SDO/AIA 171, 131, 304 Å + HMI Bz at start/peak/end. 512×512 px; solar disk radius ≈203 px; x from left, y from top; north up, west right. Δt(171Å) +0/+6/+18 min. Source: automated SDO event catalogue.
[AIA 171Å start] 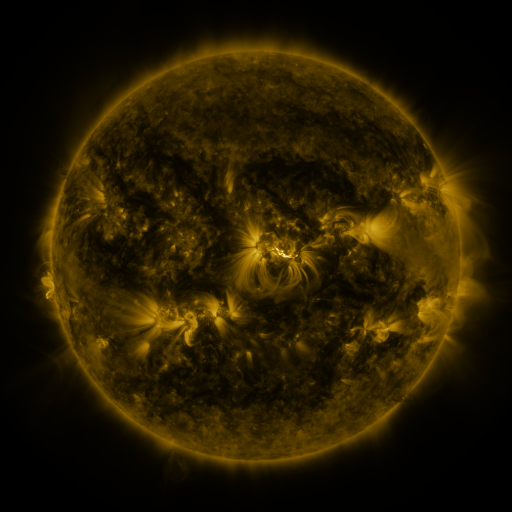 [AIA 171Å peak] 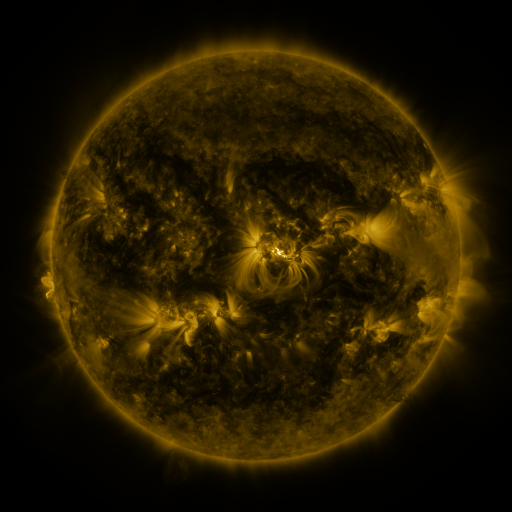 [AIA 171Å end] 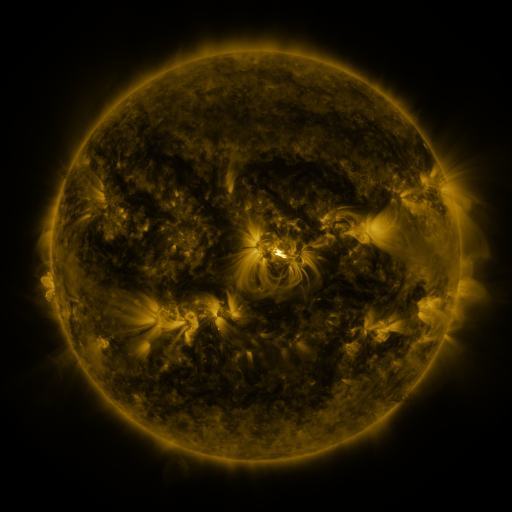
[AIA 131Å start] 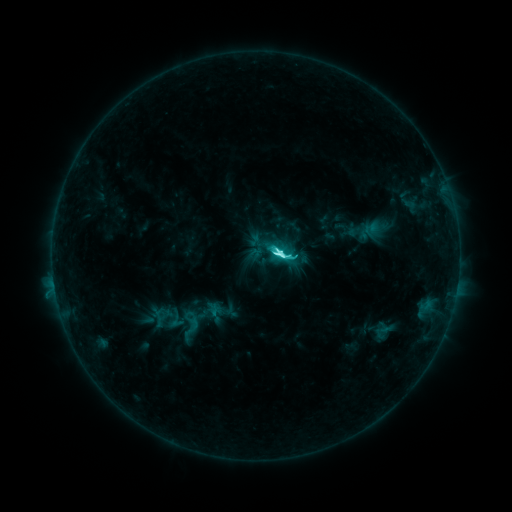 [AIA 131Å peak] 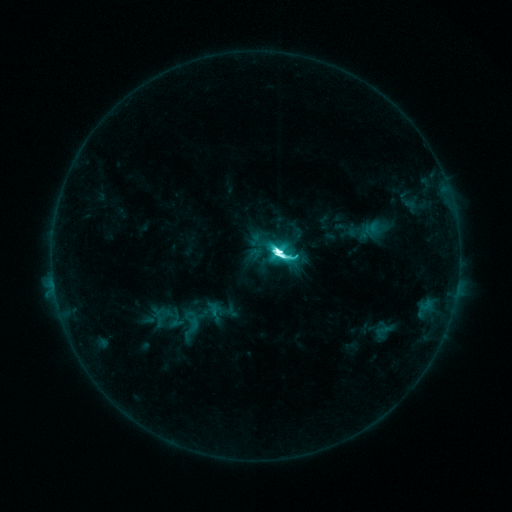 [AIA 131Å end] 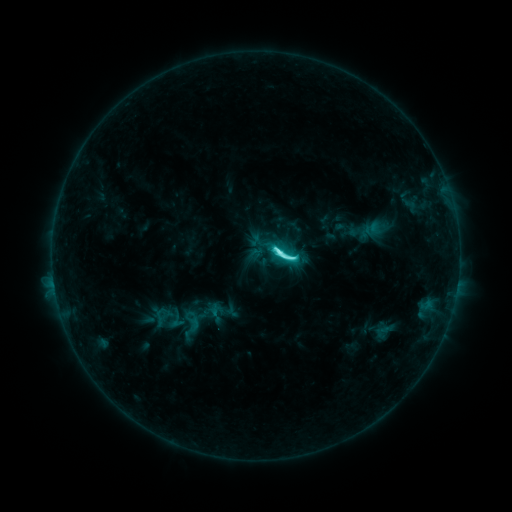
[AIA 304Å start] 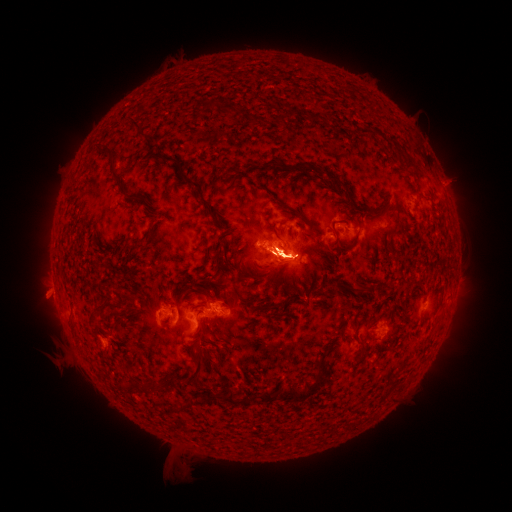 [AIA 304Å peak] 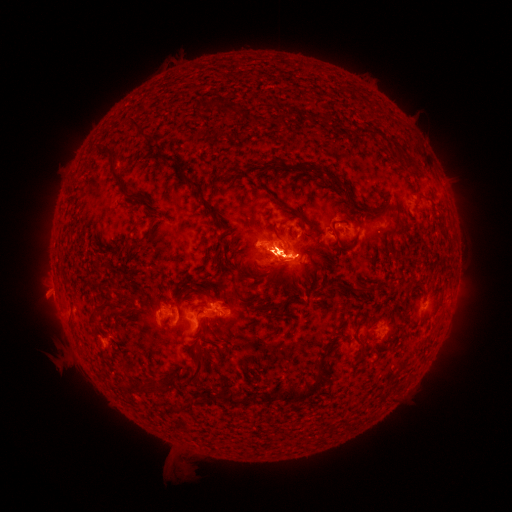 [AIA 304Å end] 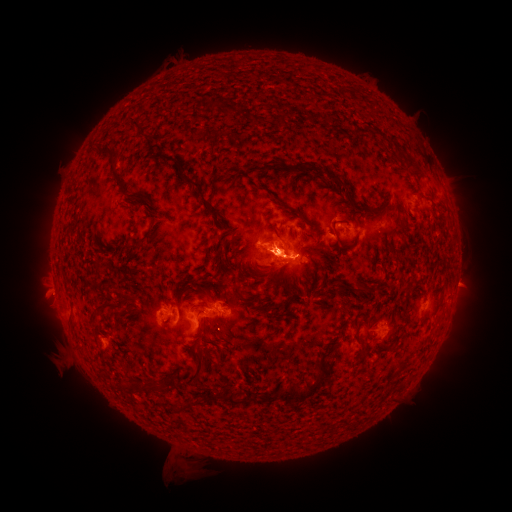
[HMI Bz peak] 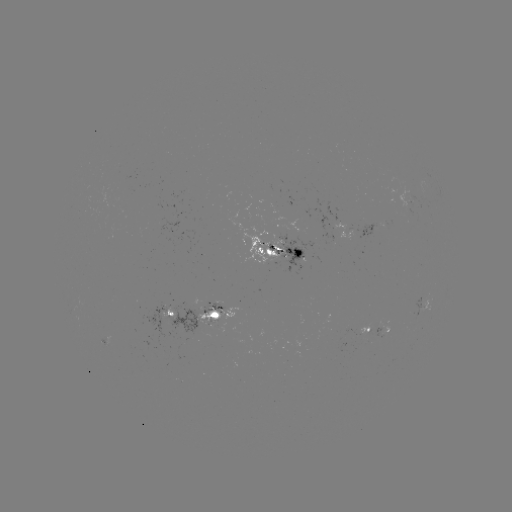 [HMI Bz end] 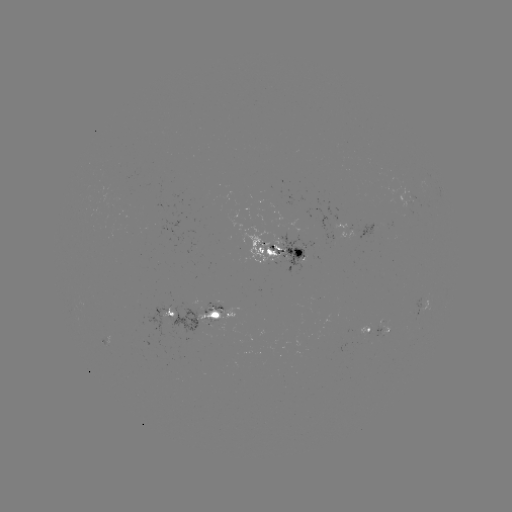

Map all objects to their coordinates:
eruption: (63, 332)
